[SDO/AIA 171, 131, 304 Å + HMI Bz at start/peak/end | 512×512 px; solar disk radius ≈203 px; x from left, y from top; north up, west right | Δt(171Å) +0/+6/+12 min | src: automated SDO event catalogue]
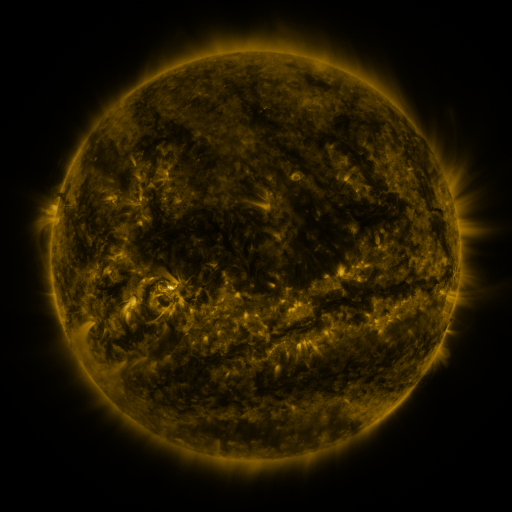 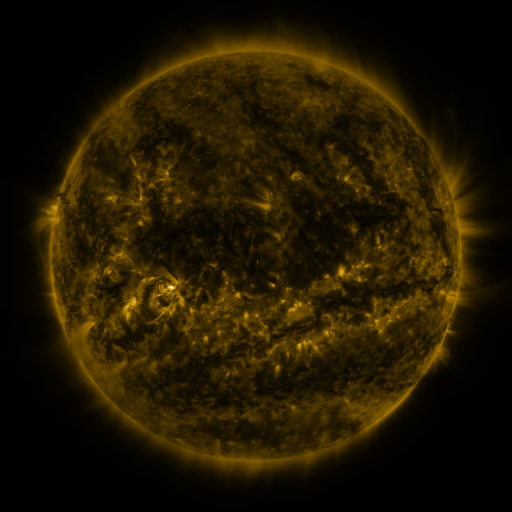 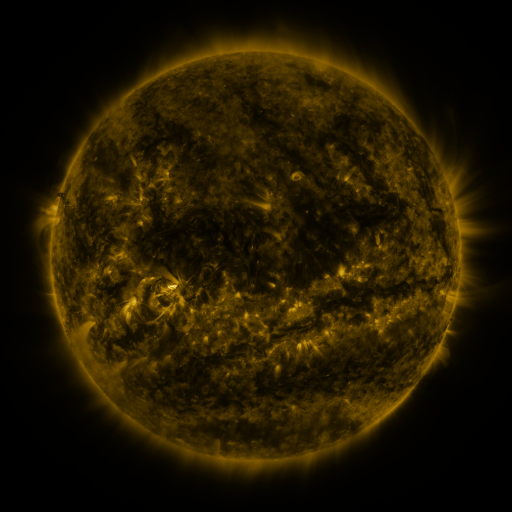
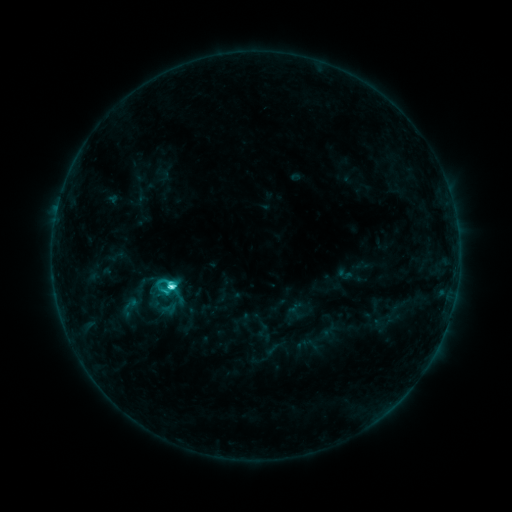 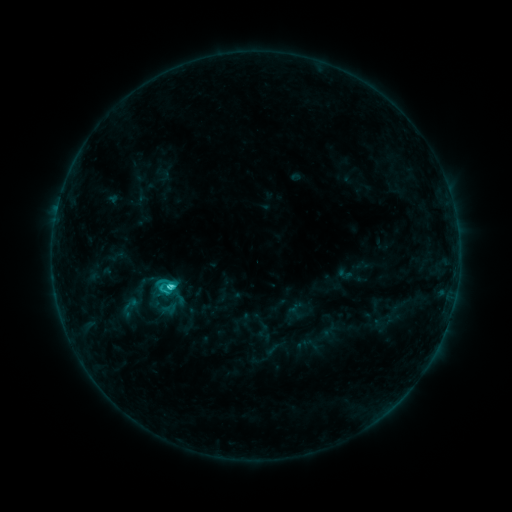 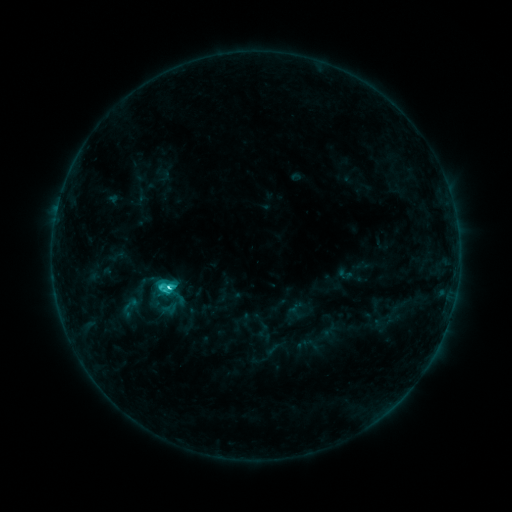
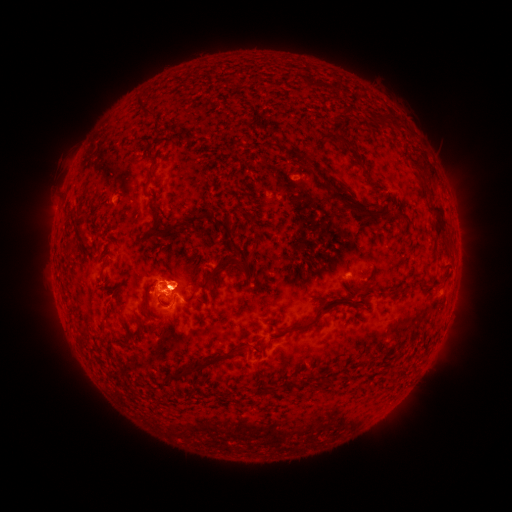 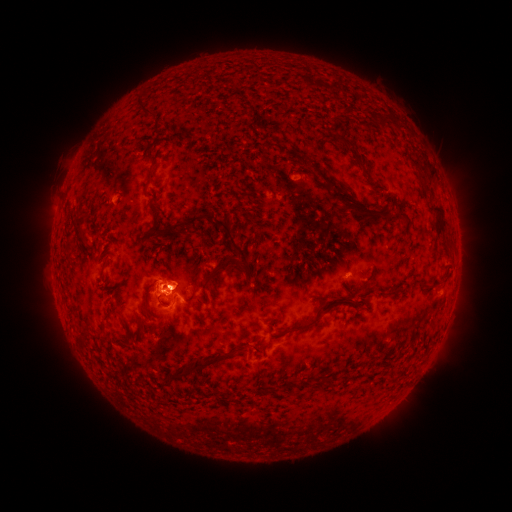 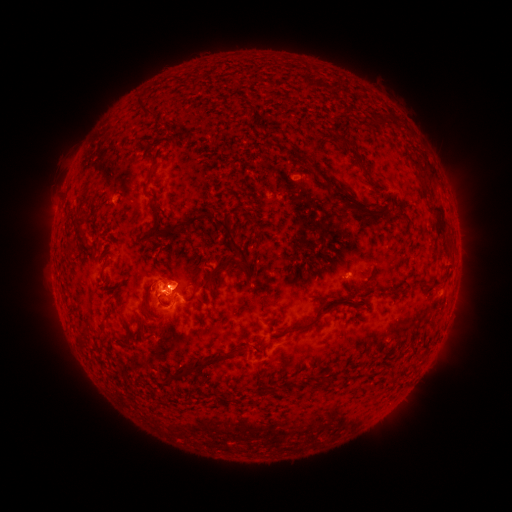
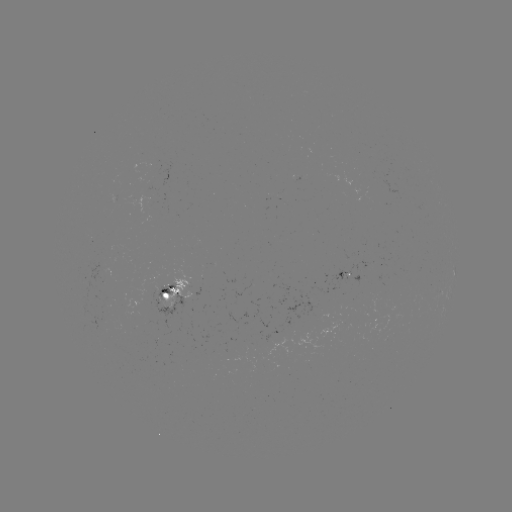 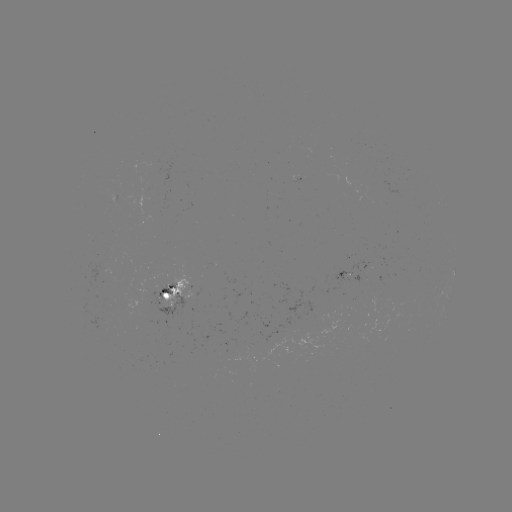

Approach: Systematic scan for C4.0 flare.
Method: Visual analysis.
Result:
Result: C4.0 flare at [169, 286].